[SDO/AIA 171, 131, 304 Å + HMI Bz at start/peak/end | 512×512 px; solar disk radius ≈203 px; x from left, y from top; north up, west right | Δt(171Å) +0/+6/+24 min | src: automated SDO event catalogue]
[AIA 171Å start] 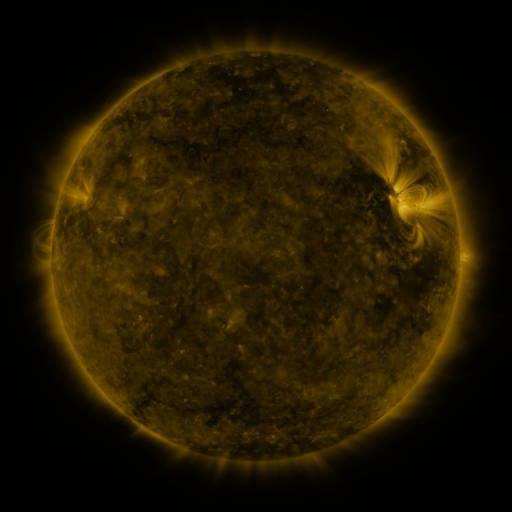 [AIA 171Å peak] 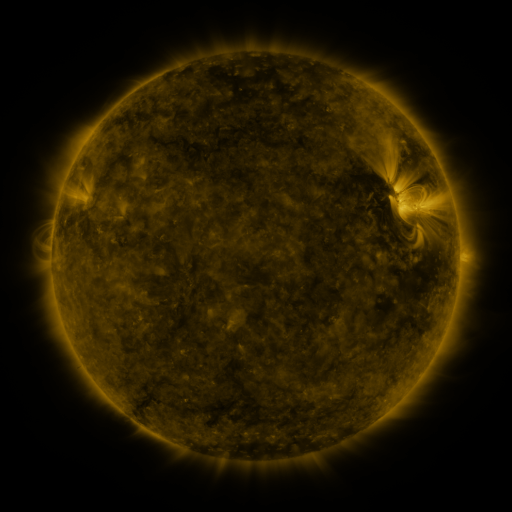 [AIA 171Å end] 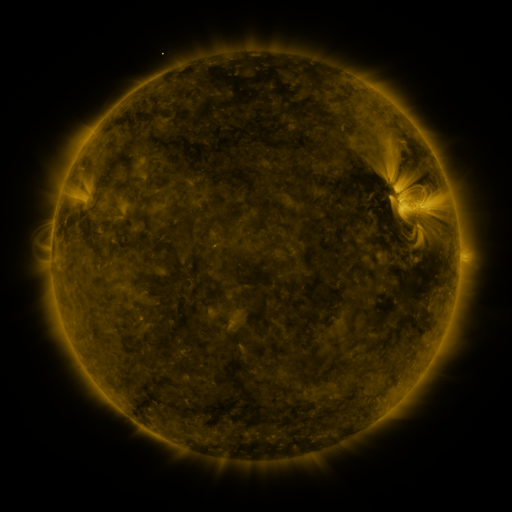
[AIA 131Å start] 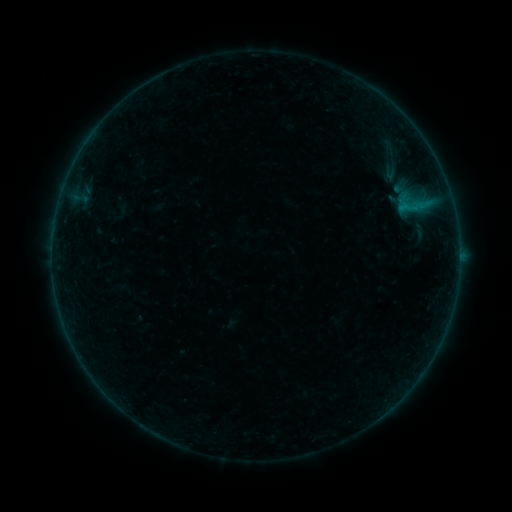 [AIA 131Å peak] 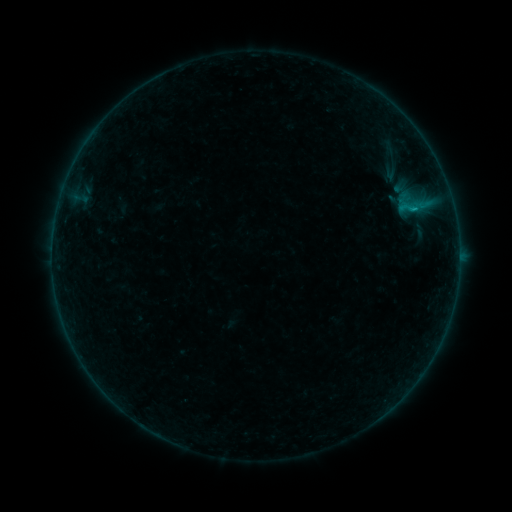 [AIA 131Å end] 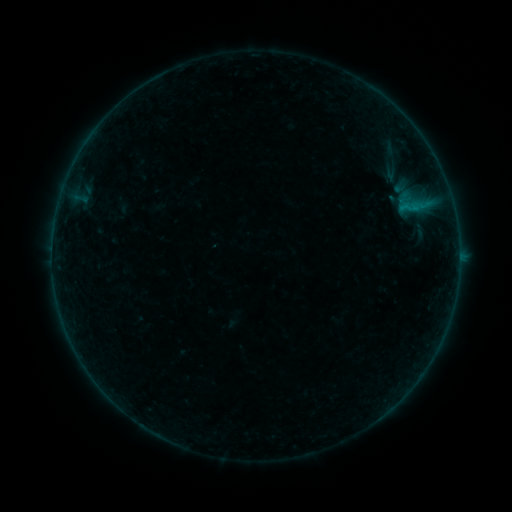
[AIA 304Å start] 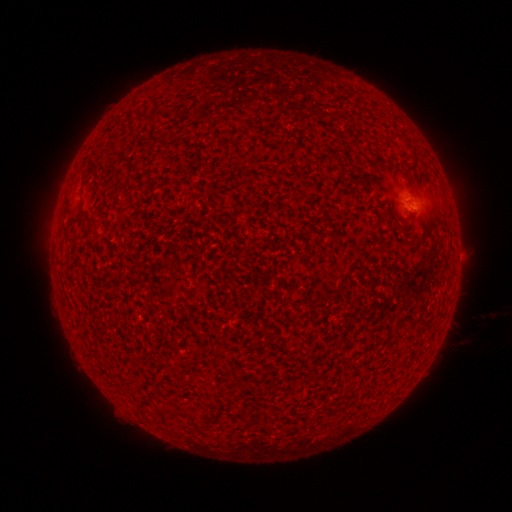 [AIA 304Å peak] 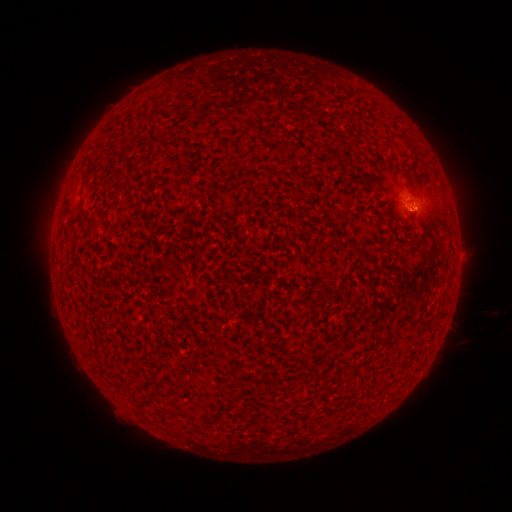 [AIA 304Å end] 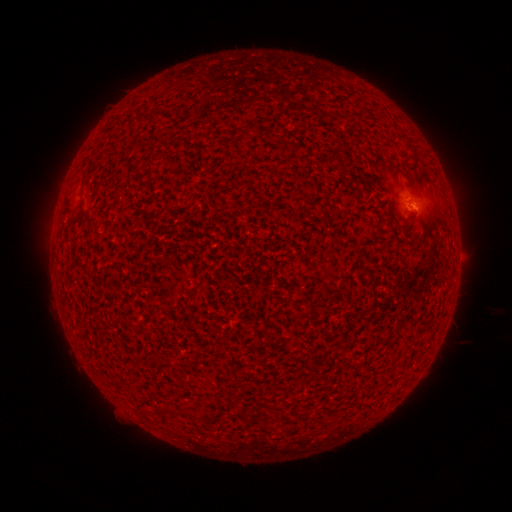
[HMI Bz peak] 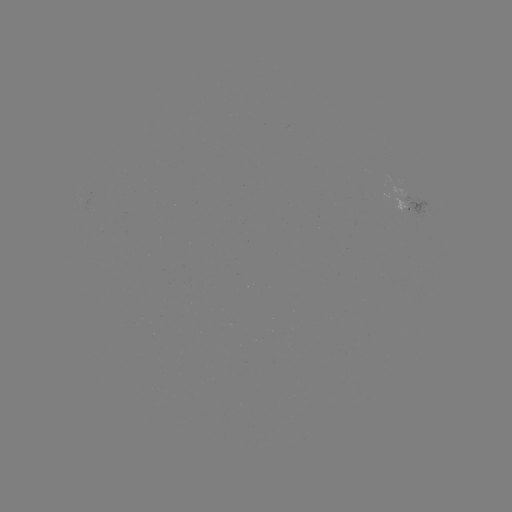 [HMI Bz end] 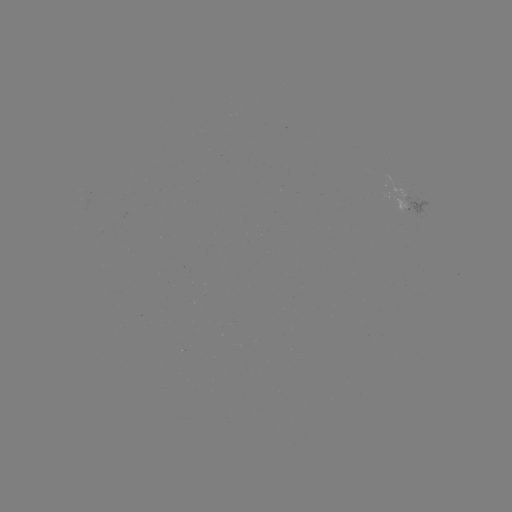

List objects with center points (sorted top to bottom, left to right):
B2.0 flare: (415, 212)
